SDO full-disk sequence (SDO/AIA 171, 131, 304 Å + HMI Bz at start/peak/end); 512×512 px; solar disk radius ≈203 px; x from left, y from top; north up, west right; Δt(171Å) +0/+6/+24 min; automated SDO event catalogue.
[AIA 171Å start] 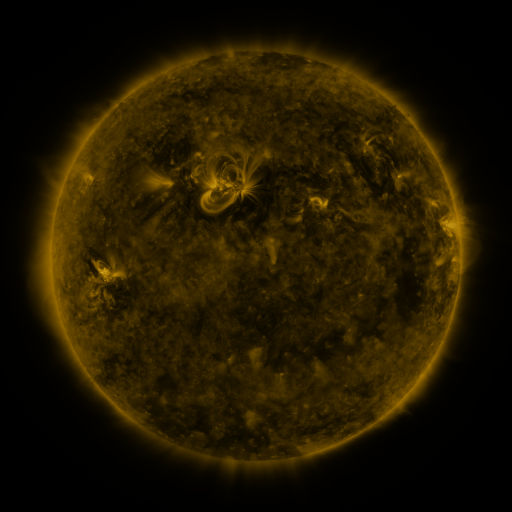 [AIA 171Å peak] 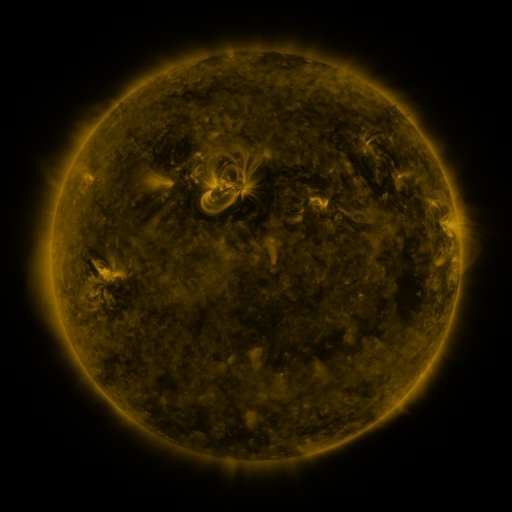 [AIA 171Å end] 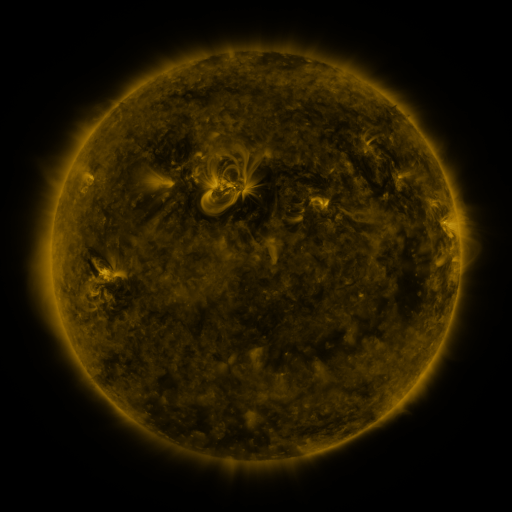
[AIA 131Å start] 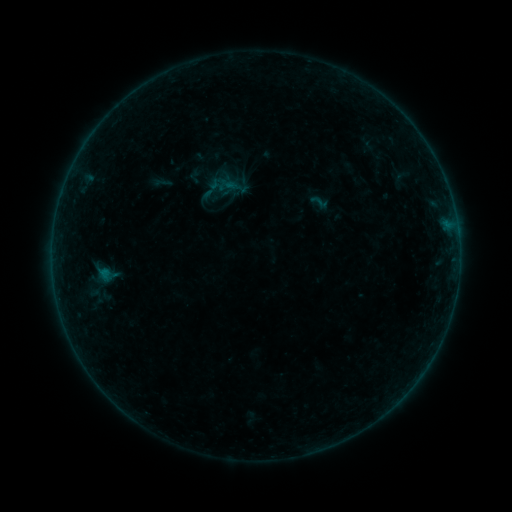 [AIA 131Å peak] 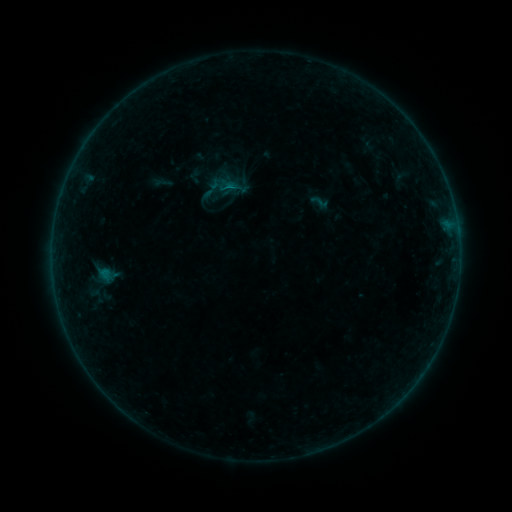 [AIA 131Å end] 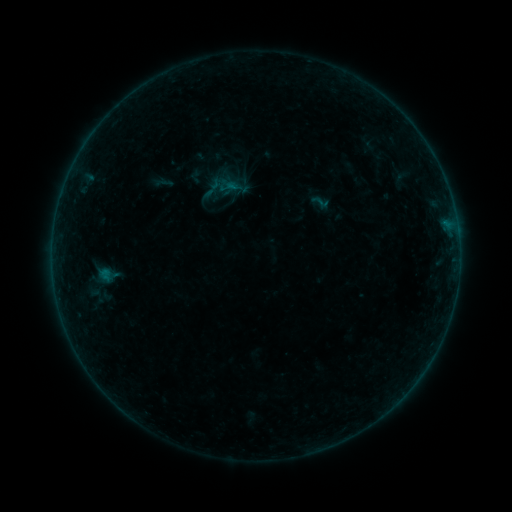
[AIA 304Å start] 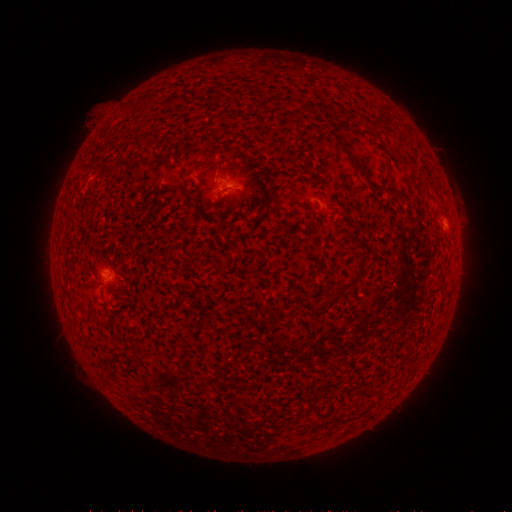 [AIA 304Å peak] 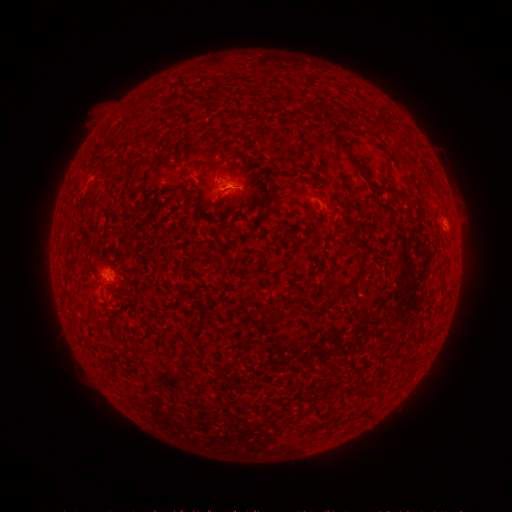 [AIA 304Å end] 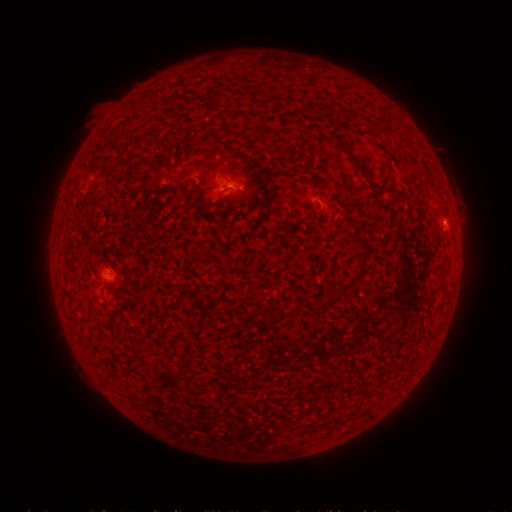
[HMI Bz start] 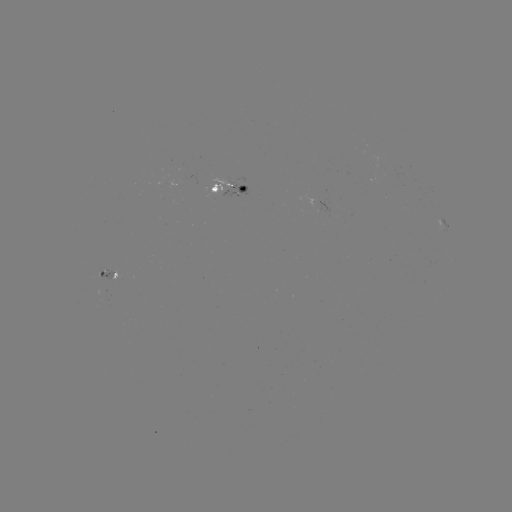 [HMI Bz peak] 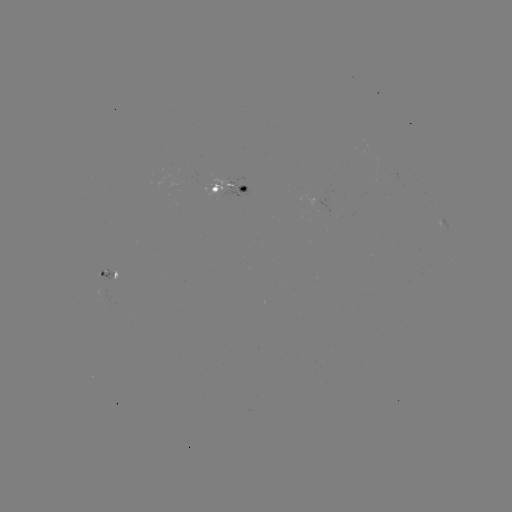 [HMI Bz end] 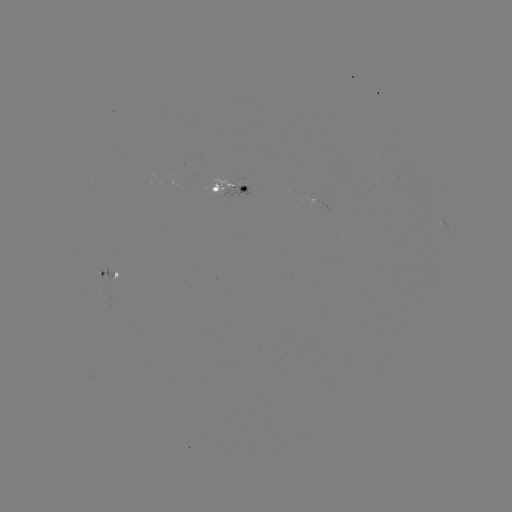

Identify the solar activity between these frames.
B3.5 flare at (235, 190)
